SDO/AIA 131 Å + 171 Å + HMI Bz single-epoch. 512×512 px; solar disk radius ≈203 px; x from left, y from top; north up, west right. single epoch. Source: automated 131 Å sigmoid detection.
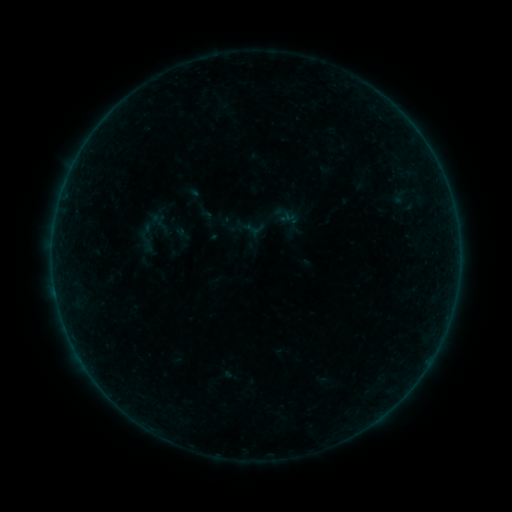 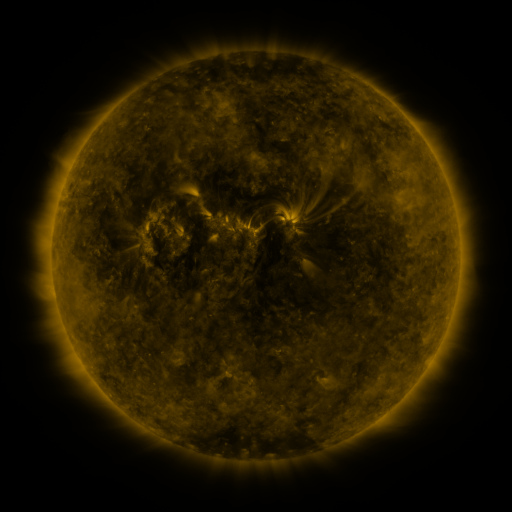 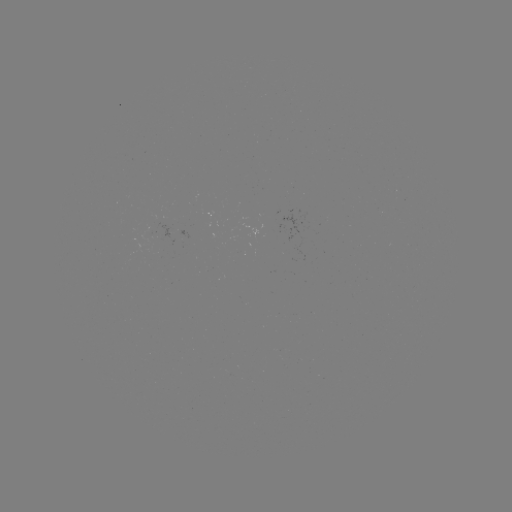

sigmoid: (153, 214, 172, 234)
